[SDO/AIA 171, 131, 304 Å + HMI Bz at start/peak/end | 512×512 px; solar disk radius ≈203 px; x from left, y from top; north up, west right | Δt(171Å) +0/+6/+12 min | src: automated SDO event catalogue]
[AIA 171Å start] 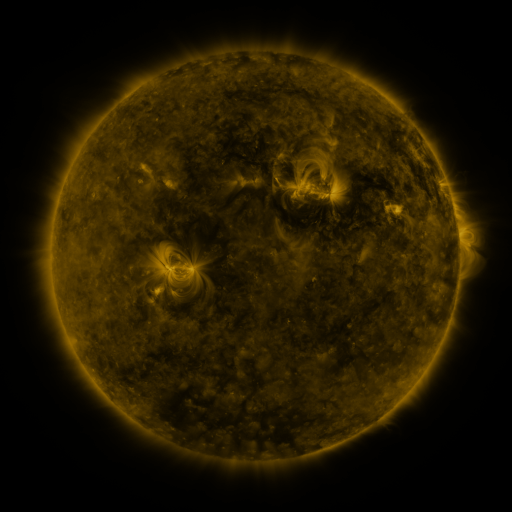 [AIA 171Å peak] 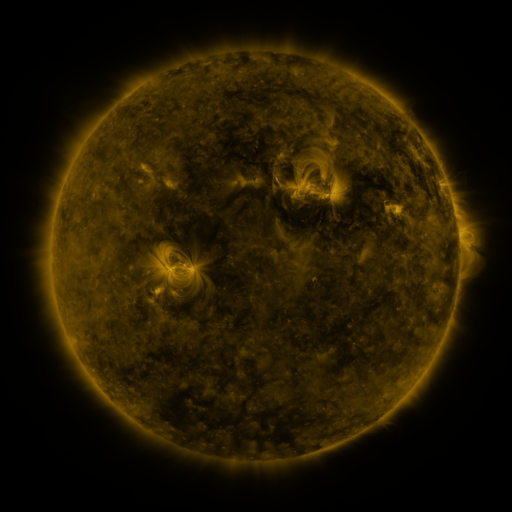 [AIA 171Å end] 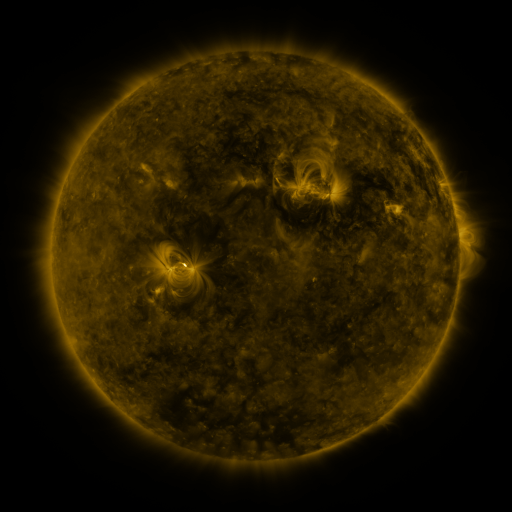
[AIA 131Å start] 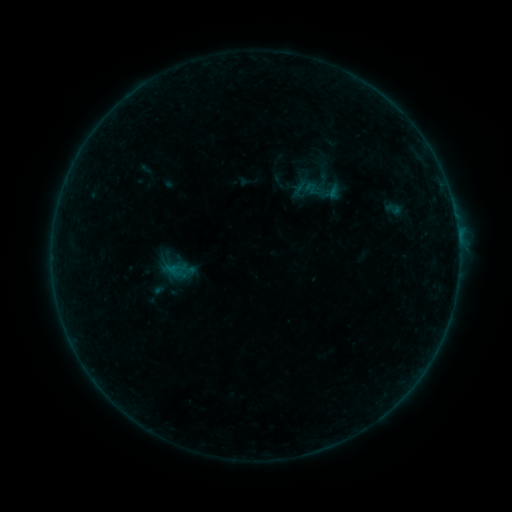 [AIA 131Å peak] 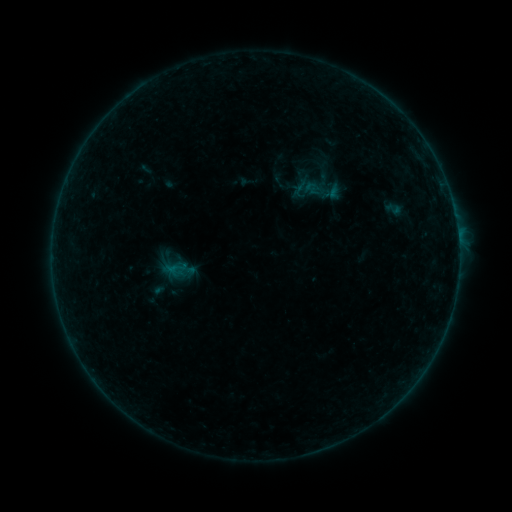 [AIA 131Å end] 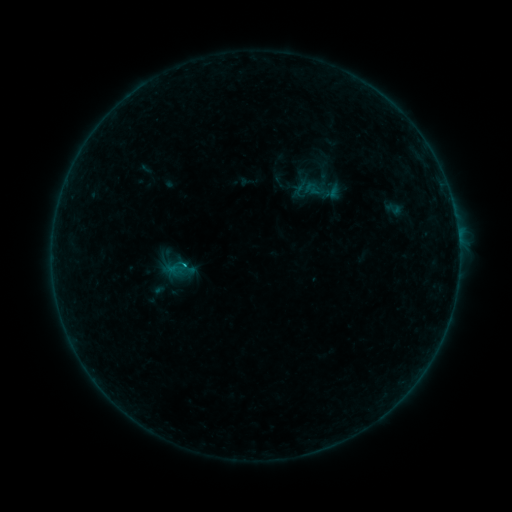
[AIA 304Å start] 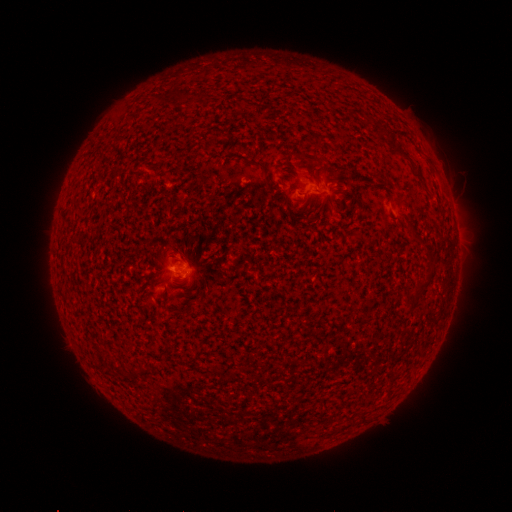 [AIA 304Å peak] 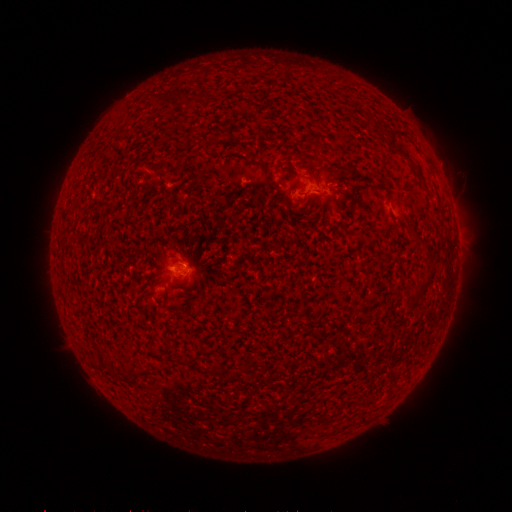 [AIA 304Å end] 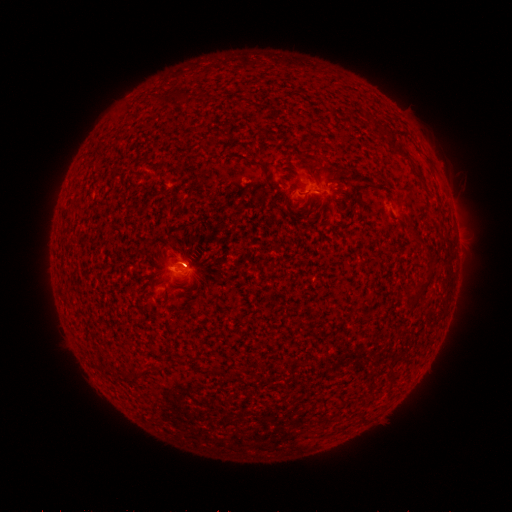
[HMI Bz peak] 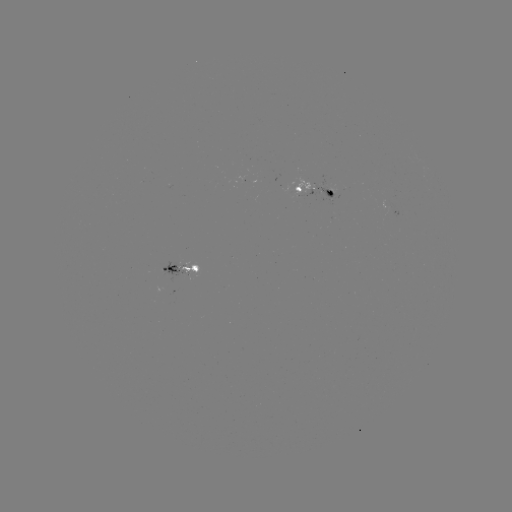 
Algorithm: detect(B2.7 flare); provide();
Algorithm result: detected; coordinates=(186, 262)